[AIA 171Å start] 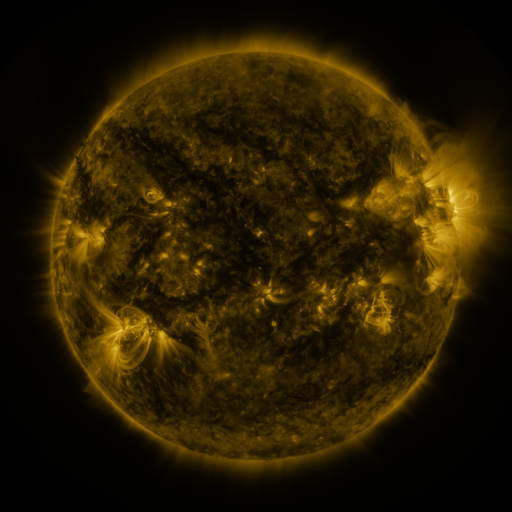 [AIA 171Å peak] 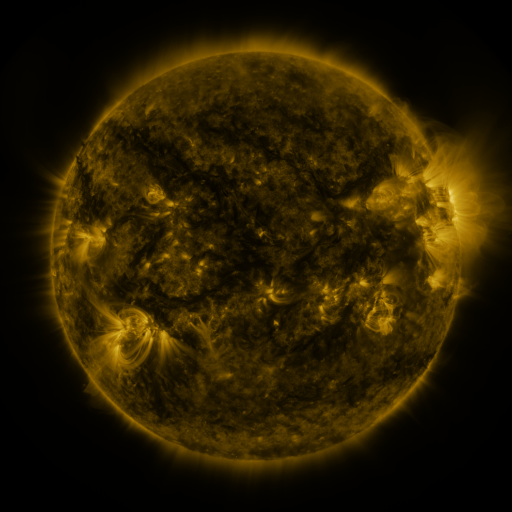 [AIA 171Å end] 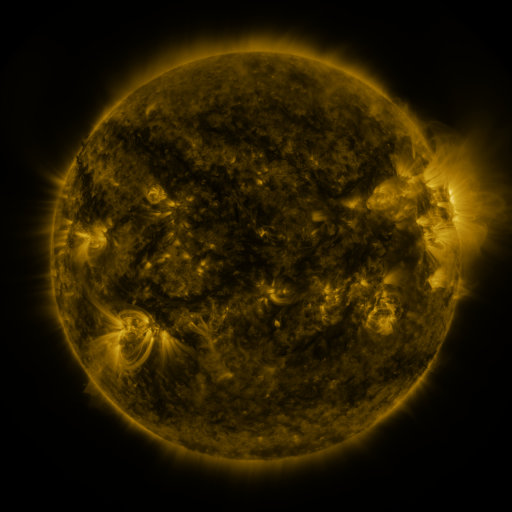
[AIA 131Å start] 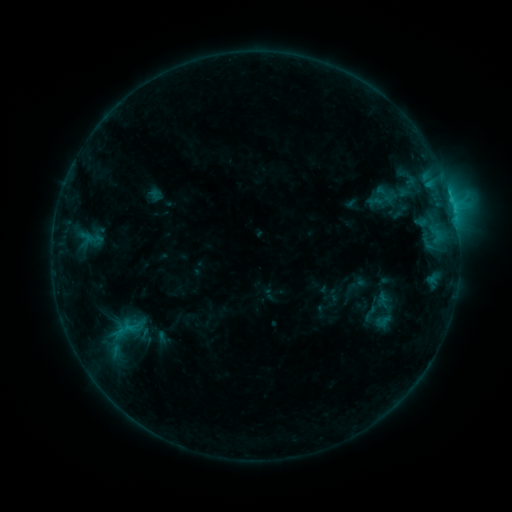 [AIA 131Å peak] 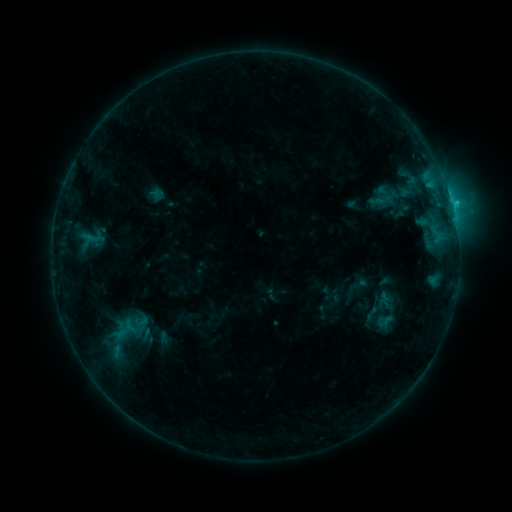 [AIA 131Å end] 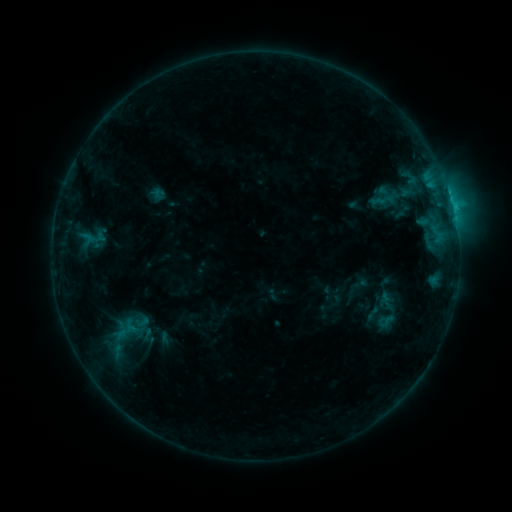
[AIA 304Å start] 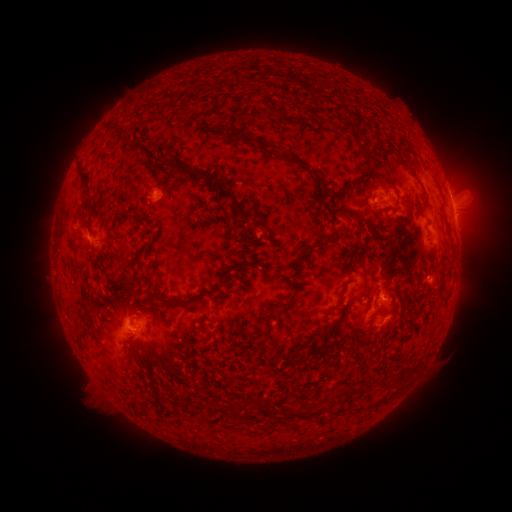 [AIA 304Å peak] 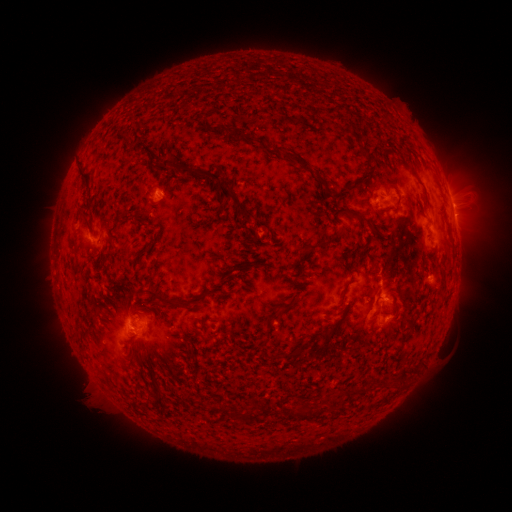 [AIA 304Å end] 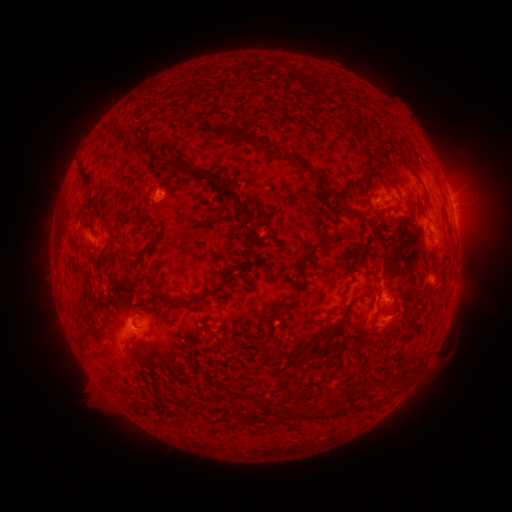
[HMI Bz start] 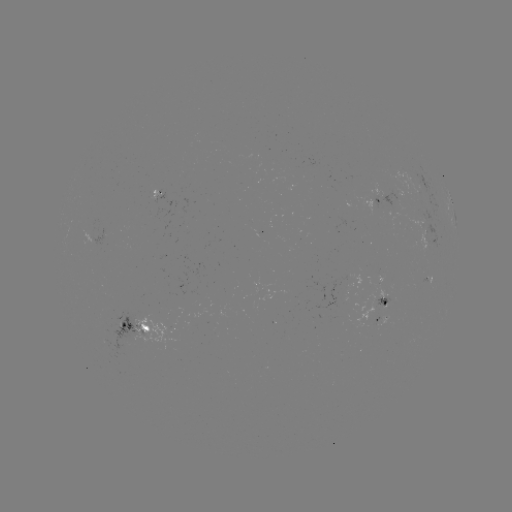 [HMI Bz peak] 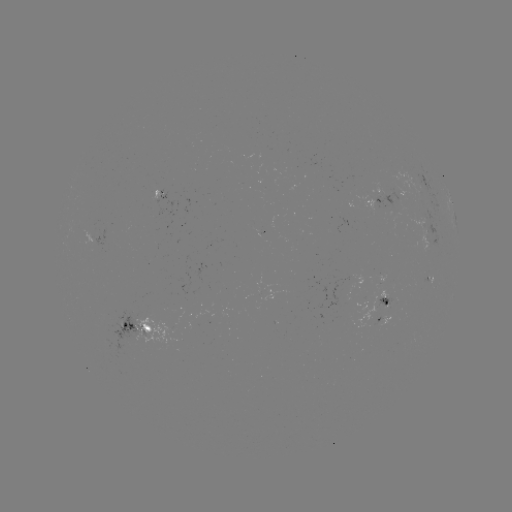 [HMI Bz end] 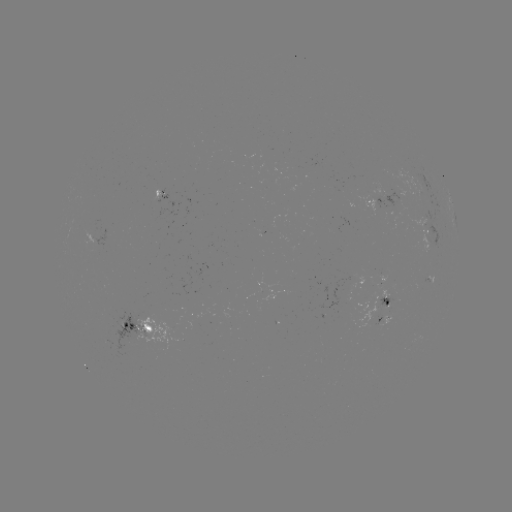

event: emerging-flux region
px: (395, 195)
